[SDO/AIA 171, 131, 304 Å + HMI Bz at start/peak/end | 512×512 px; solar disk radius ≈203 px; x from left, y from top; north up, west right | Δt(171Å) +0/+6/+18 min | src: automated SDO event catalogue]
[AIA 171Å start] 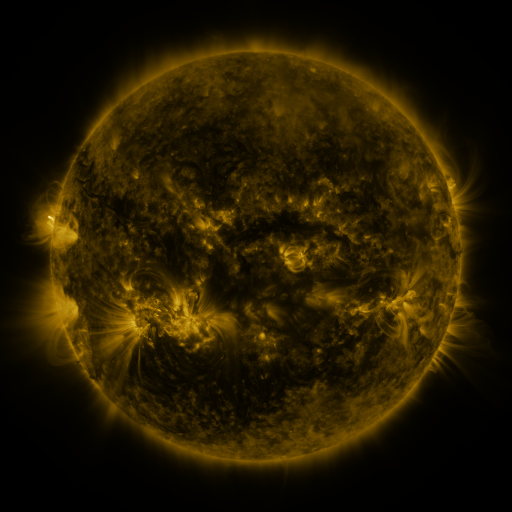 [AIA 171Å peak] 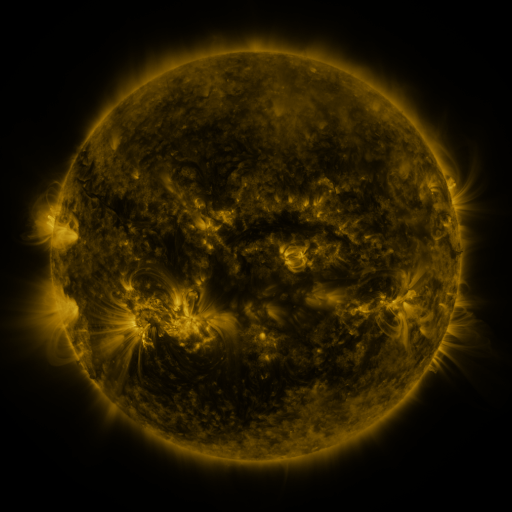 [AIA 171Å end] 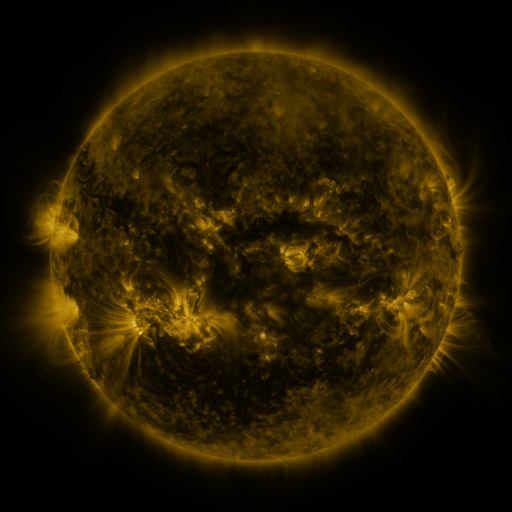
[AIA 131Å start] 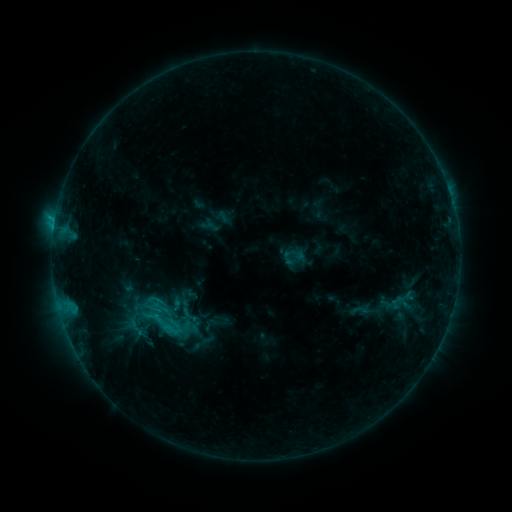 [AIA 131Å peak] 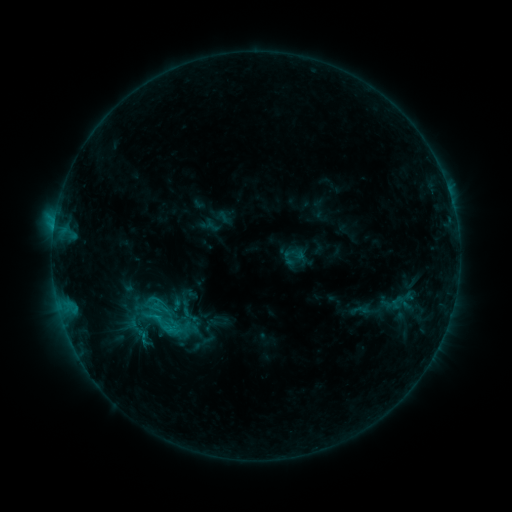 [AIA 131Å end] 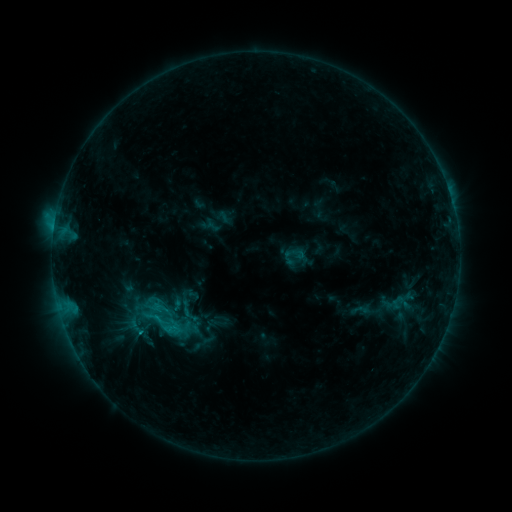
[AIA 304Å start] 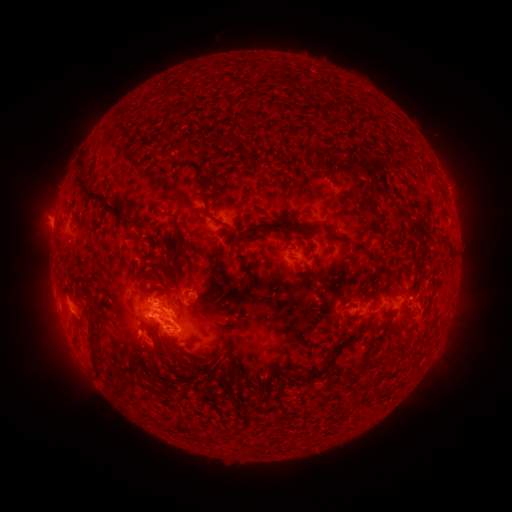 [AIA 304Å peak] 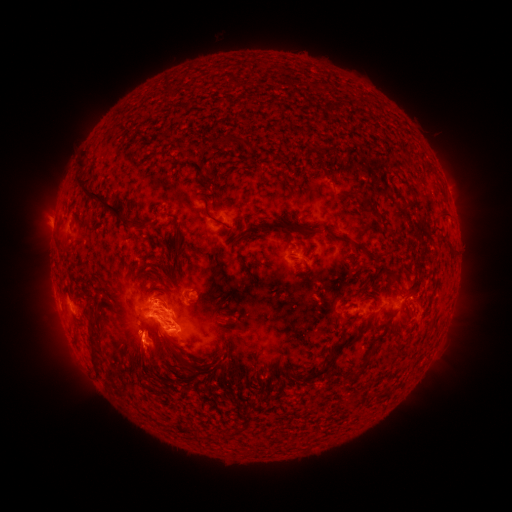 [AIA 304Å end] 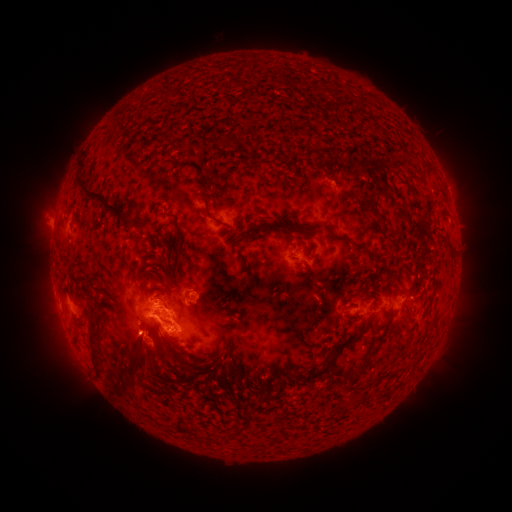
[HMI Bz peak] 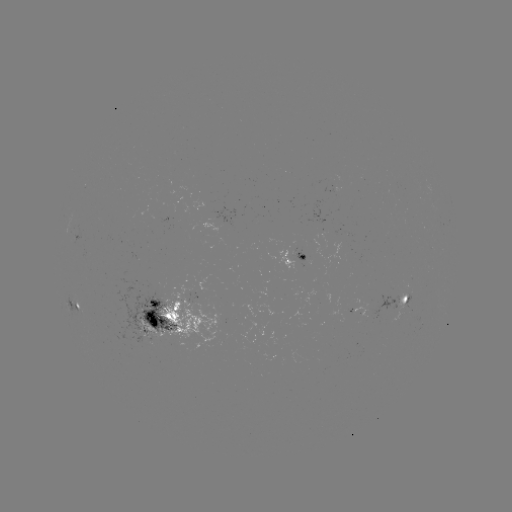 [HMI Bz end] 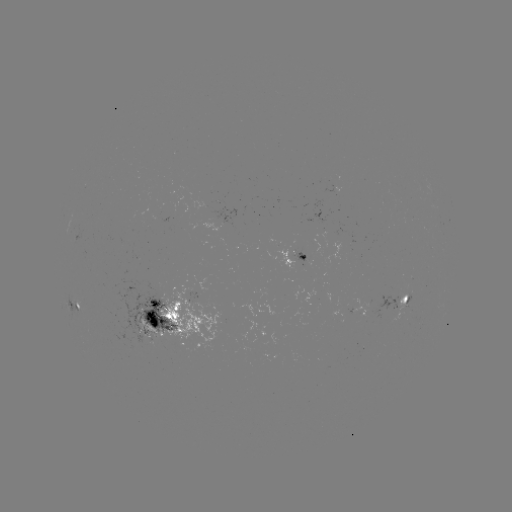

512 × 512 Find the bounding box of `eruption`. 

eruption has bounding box [83, 267, 193, 387].